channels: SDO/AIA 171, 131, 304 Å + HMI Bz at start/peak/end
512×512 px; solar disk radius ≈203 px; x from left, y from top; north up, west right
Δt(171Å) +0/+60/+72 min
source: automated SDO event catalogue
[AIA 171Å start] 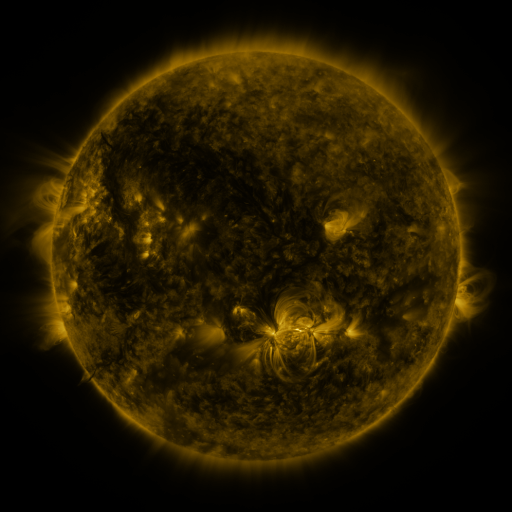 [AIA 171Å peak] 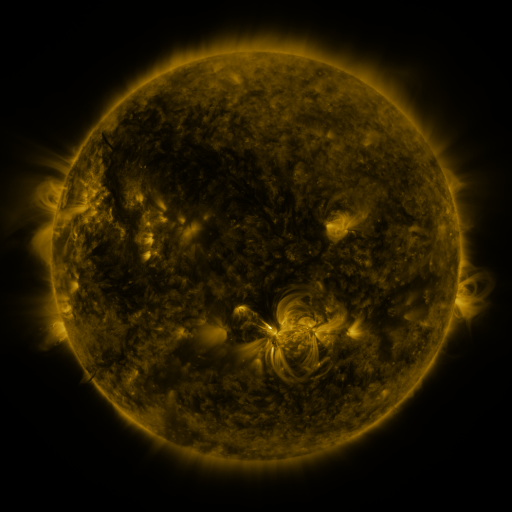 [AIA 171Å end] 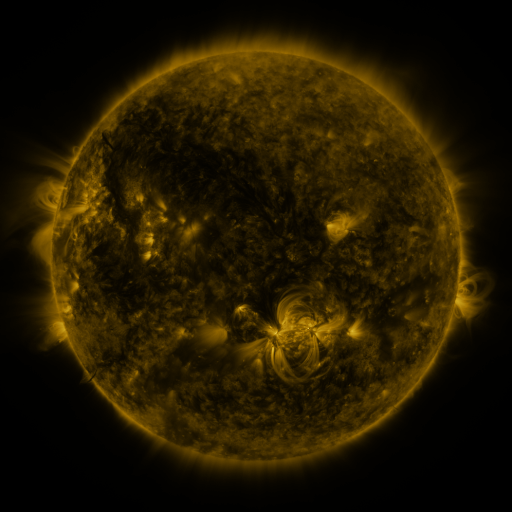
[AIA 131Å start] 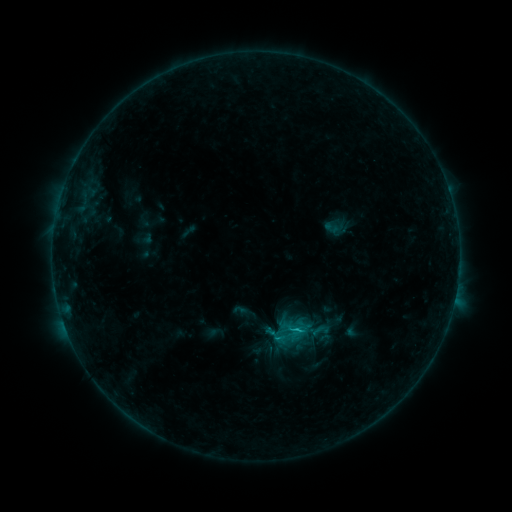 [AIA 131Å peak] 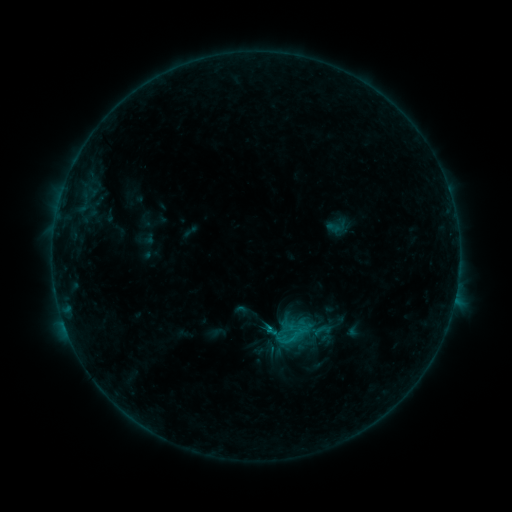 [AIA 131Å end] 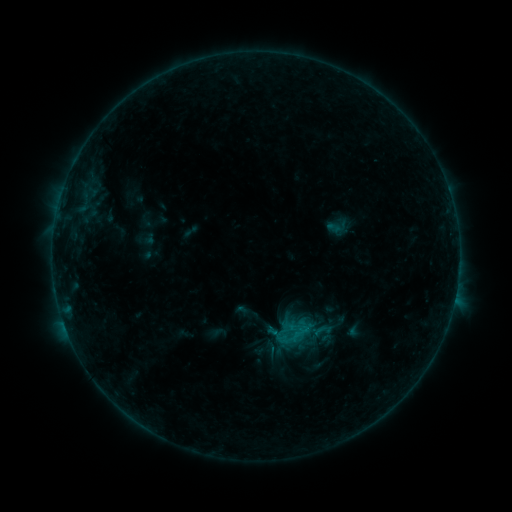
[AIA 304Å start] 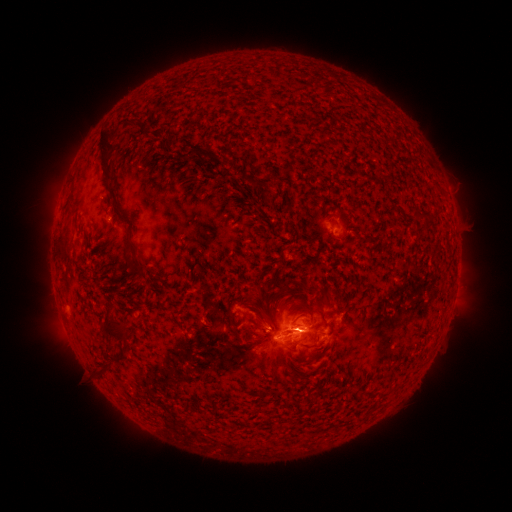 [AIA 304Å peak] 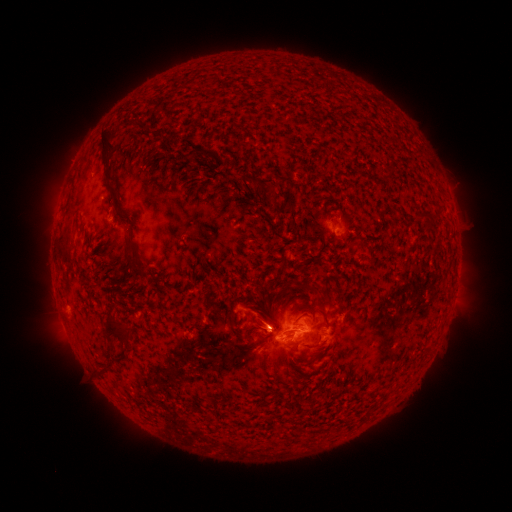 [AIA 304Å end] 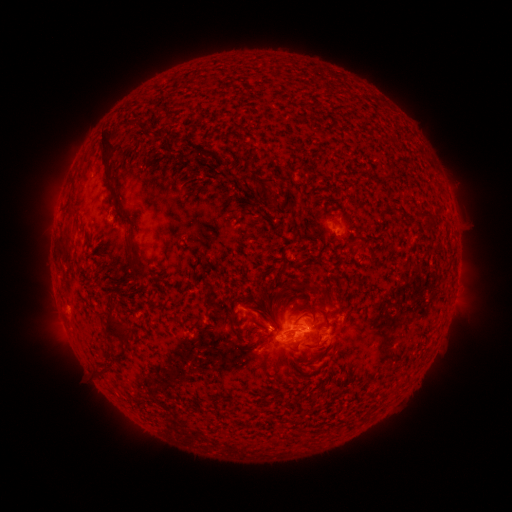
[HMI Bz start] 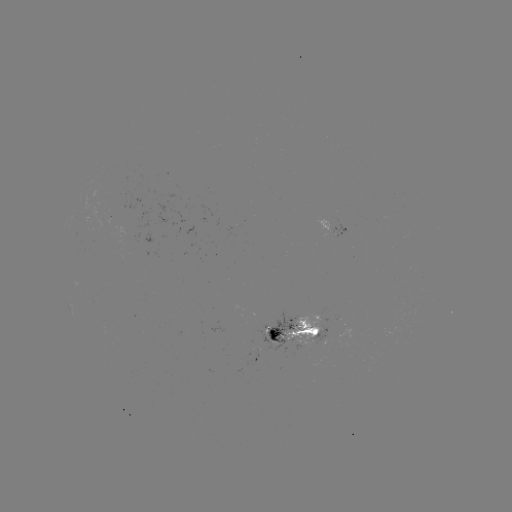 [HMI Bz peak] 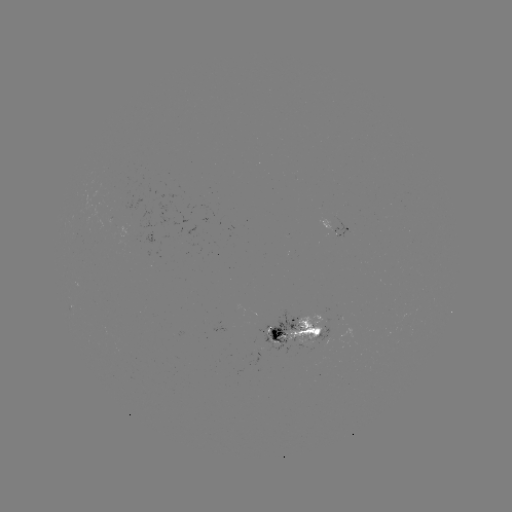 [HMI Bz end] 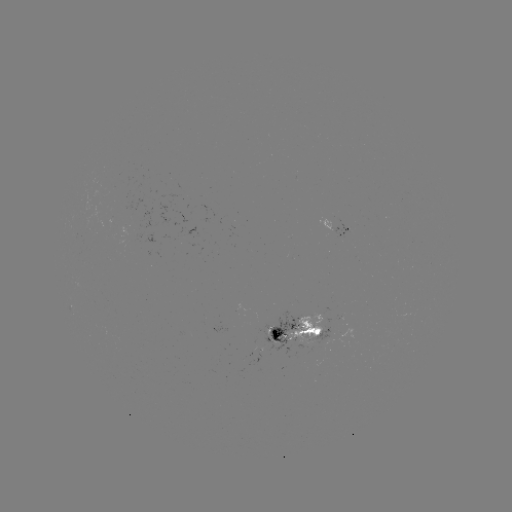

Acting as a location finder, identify emerging-flux region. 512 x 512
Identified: (281, 334).